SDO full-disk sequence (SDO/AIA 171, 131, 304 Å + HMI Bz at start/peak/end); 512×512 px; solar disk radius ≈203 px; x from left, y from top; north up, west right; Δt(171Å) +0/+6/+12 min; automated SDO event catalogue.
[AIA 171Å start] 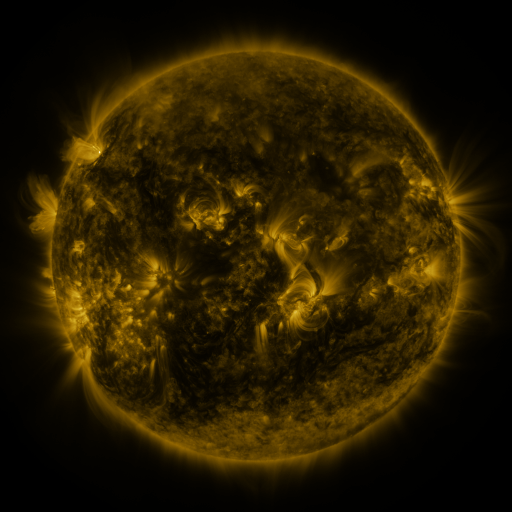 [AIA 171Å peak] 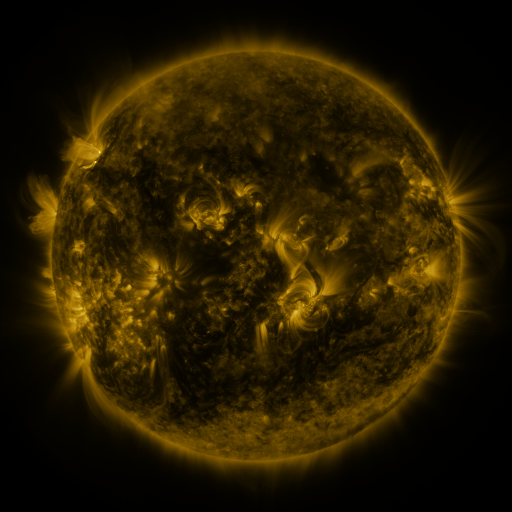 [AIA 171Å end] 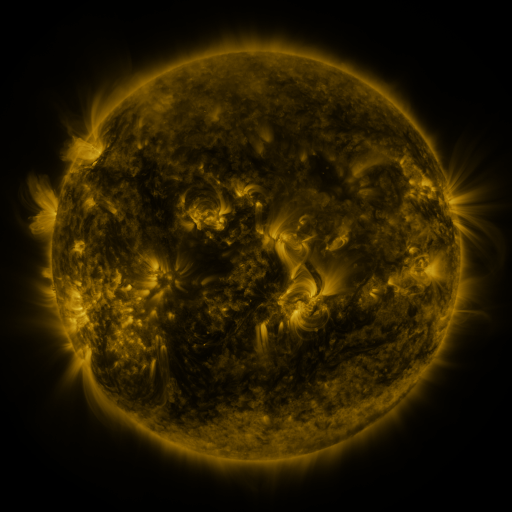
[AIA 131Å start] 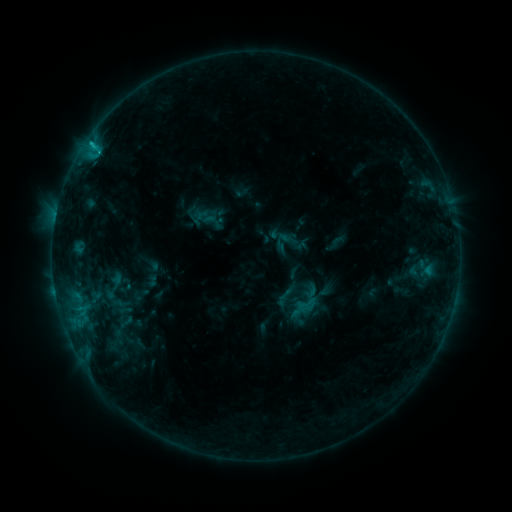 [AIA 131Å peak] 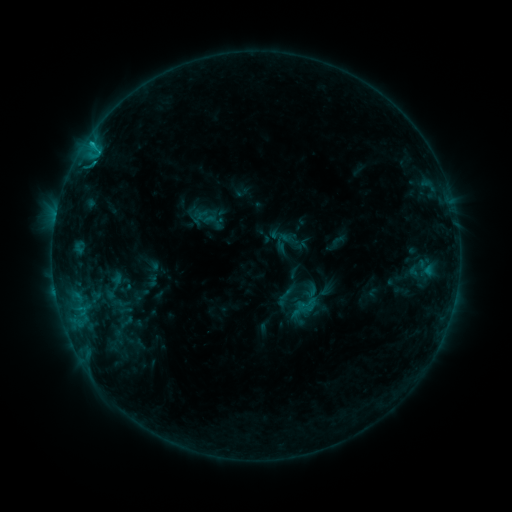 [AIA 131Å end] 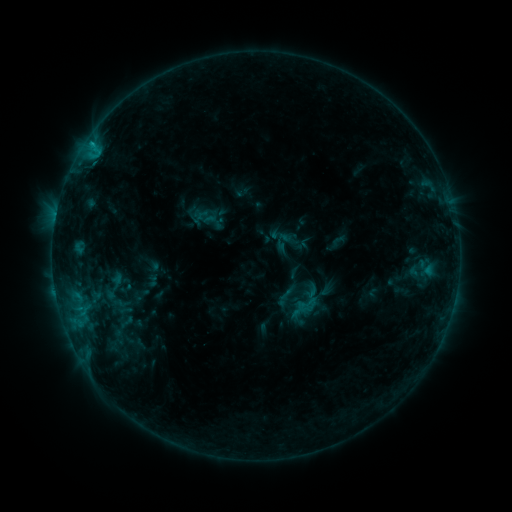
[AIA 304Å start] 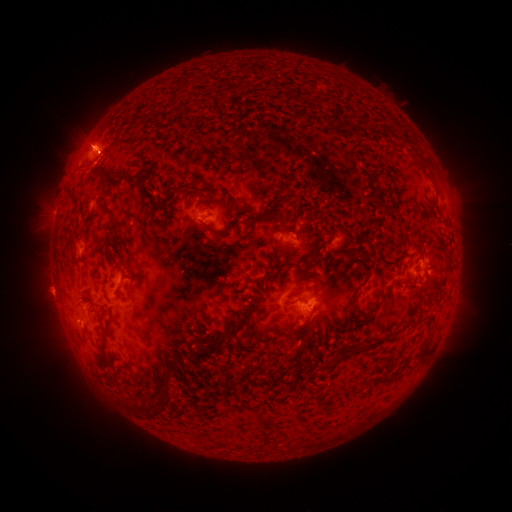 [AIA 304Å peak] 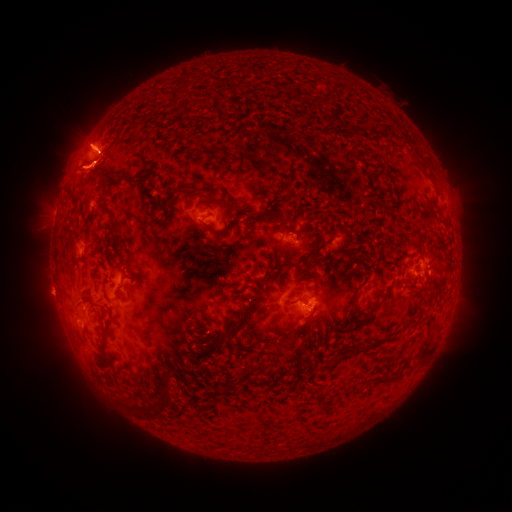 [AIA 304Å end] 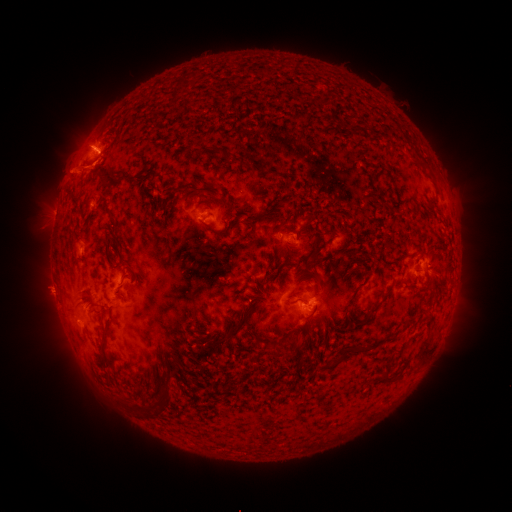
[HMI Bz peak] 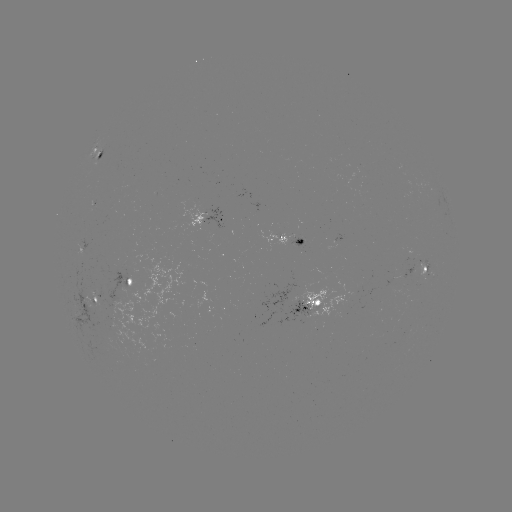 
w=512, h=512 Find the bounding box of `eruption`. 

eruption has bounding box [66, 113, 131, 176].